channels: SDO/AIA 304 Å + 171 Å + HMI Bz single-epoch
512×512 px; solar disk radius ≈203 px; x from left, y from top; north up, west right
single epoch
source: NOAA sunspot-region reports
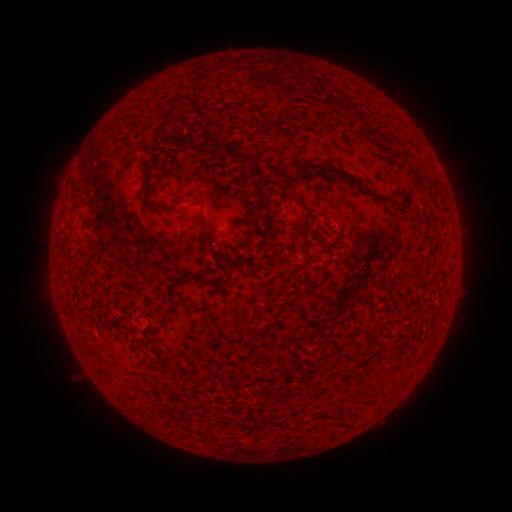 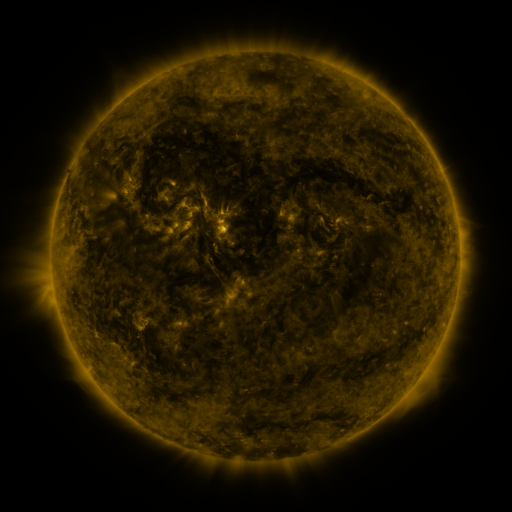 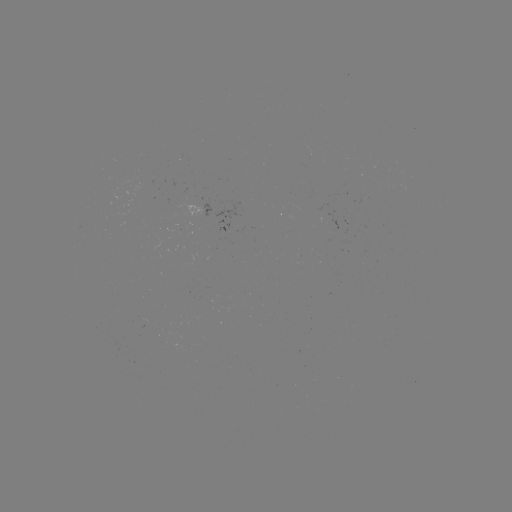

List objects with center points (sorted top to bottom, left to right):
(none)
